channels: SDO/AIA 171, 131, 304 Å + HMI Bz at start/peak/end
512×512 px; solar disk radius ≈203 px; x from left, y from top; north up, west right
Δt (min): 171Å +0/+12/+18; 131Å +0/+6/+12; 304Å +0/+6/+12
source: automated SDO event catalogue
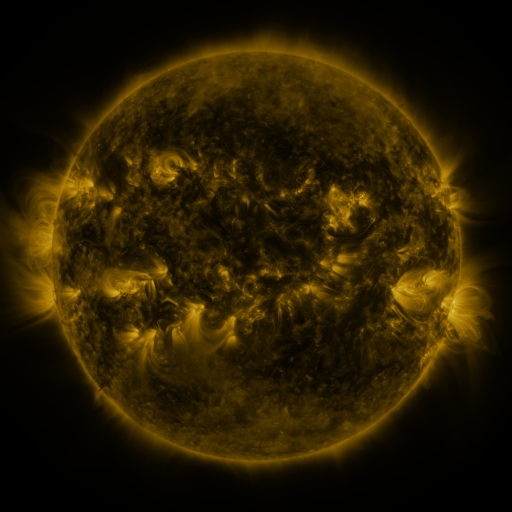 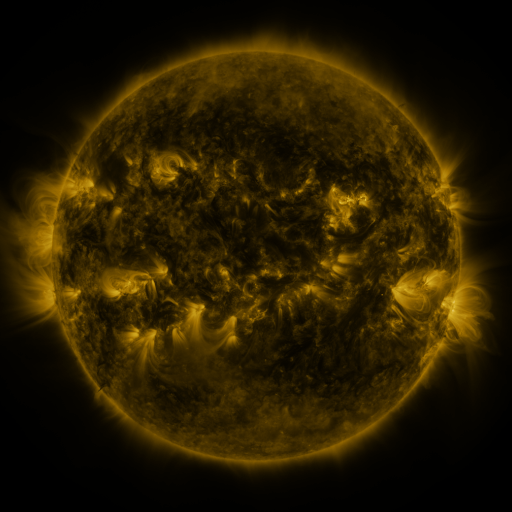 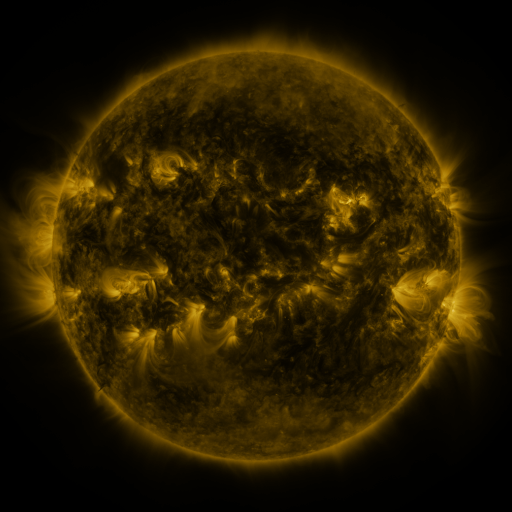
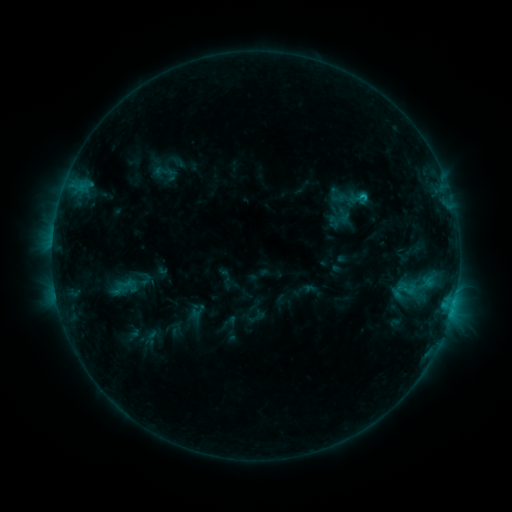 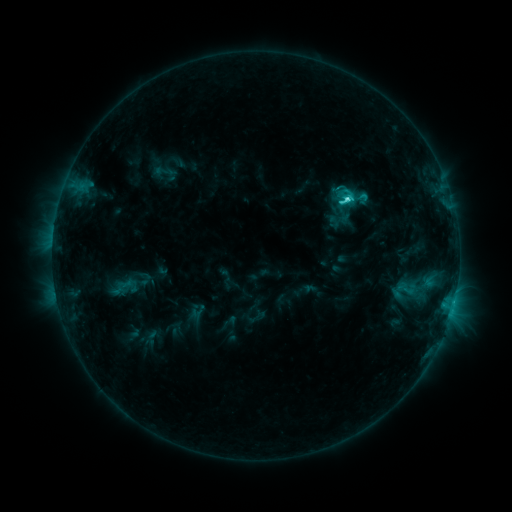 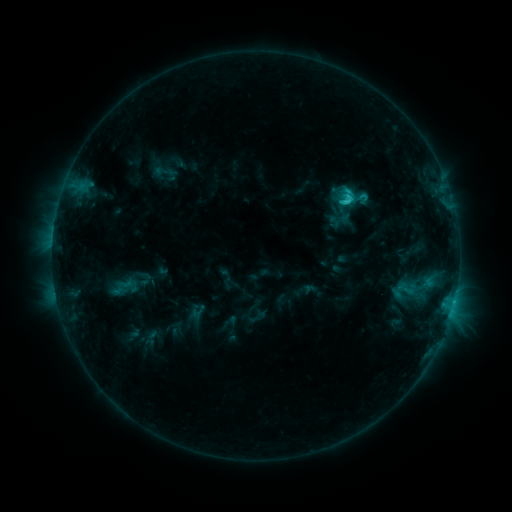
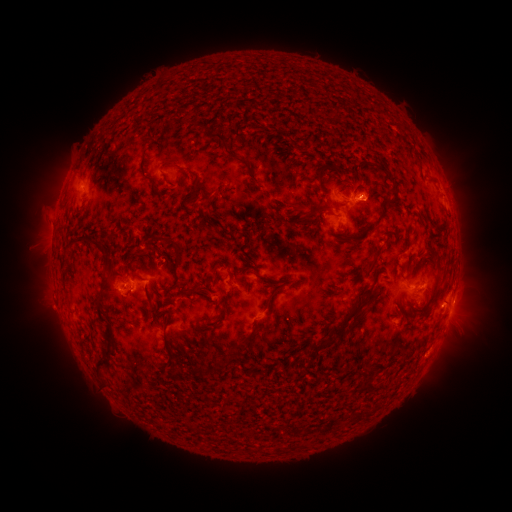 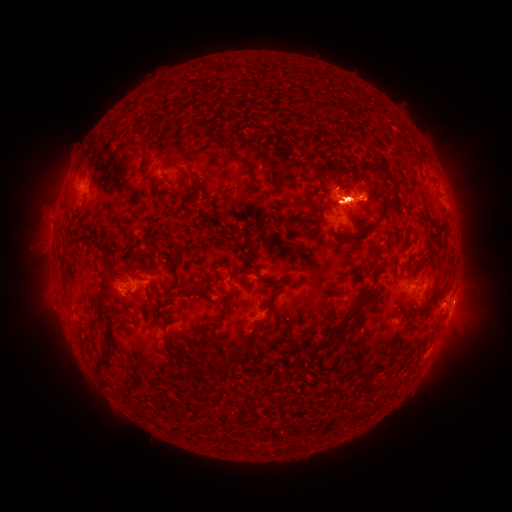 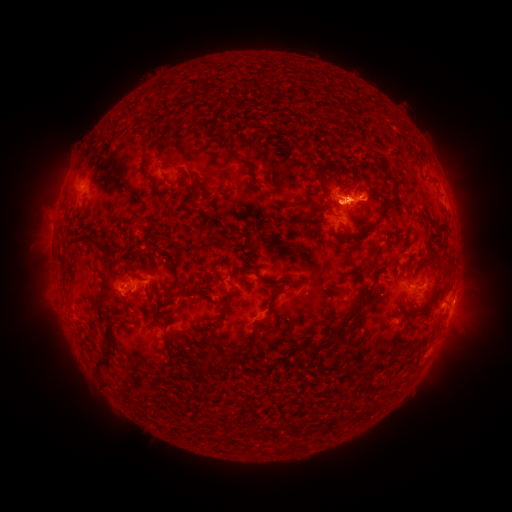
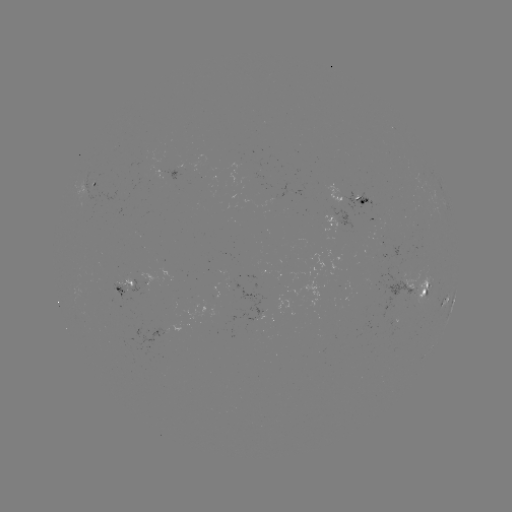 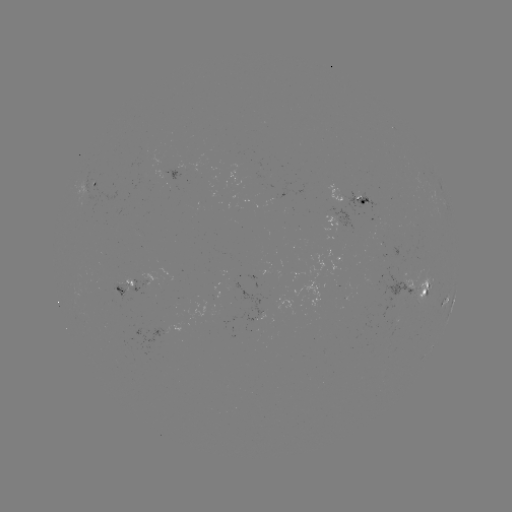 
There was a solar flare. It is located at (347, 203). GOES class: C3.3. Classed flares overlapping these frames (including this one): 1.